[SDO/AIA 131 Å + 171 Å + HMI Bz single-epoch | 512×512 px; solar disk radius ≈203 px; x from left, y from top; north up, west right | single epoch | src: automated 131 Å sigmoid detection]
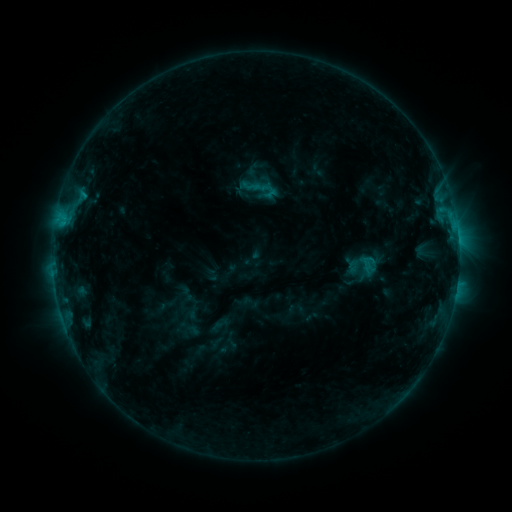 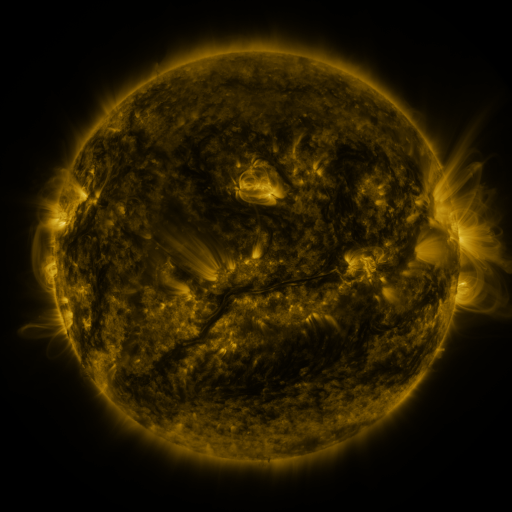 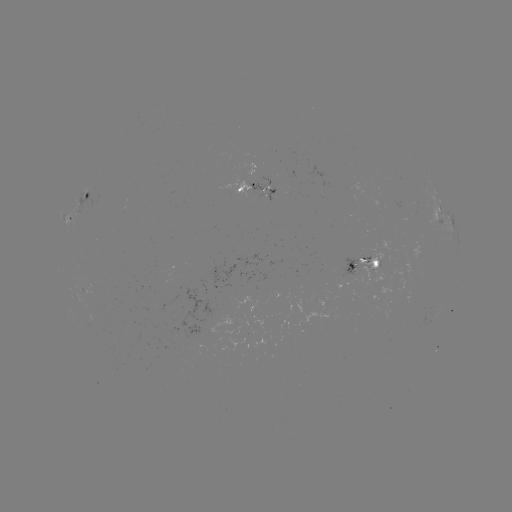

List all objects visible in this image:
sigmoid: (258, 182, 278, 201)
